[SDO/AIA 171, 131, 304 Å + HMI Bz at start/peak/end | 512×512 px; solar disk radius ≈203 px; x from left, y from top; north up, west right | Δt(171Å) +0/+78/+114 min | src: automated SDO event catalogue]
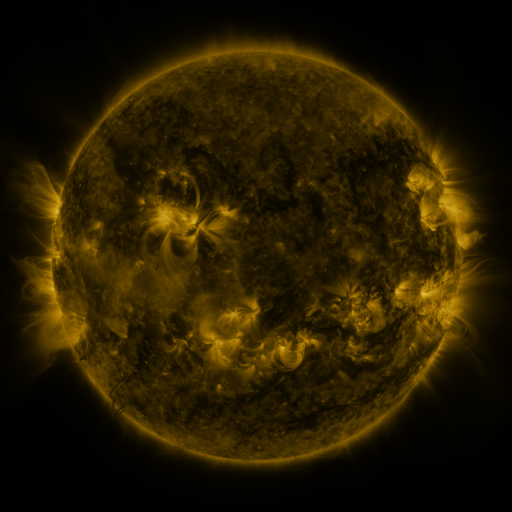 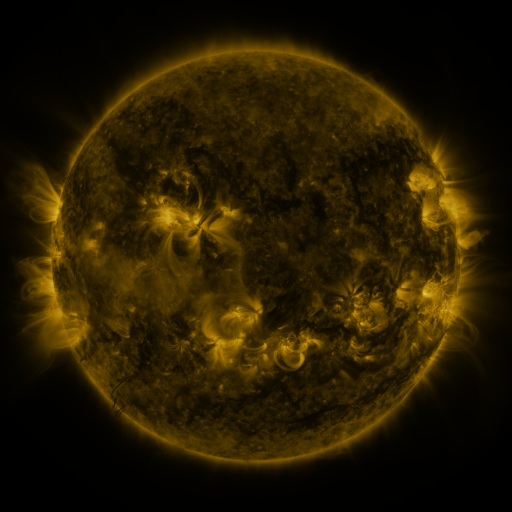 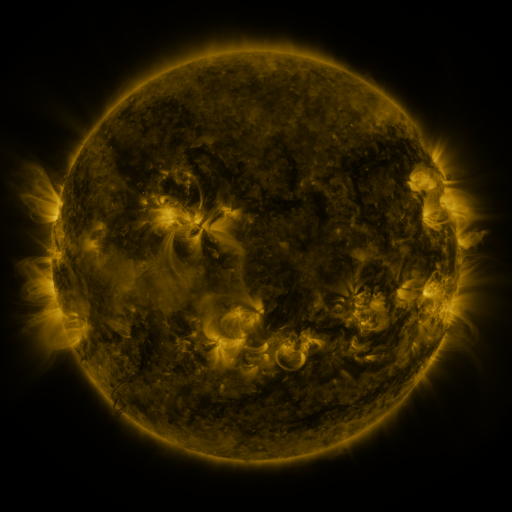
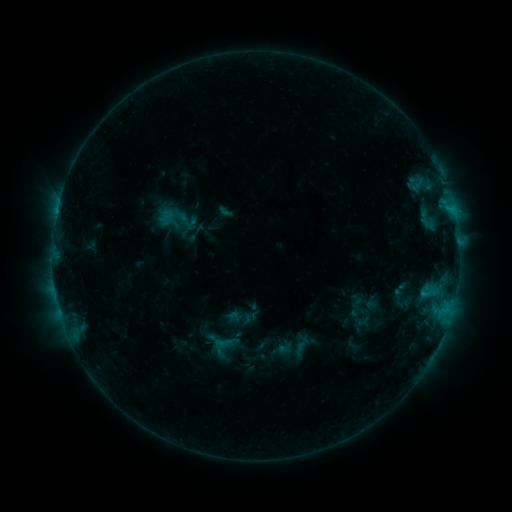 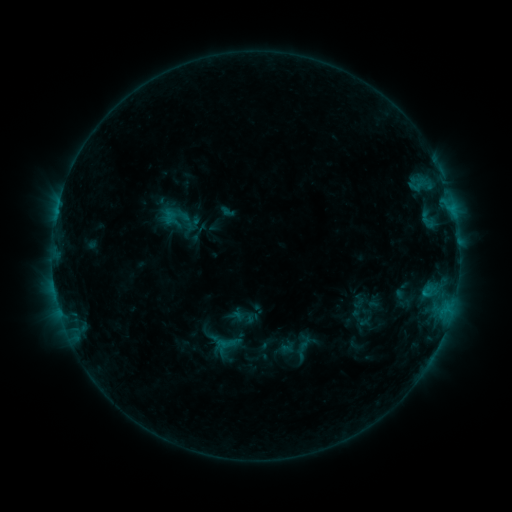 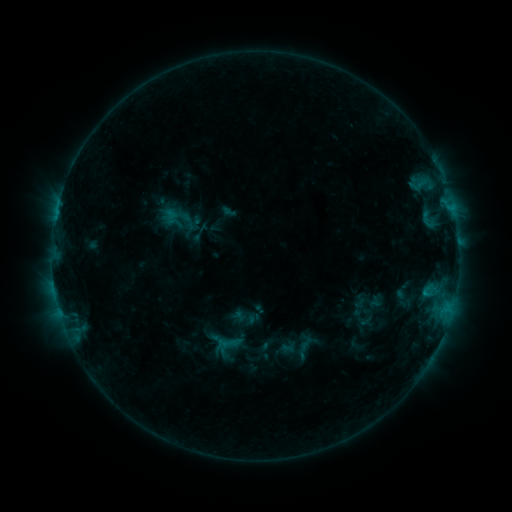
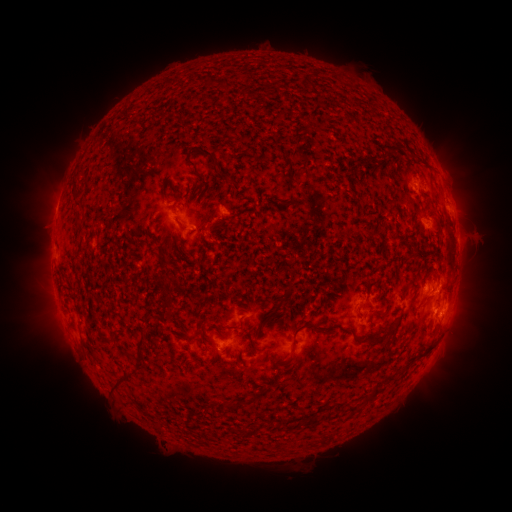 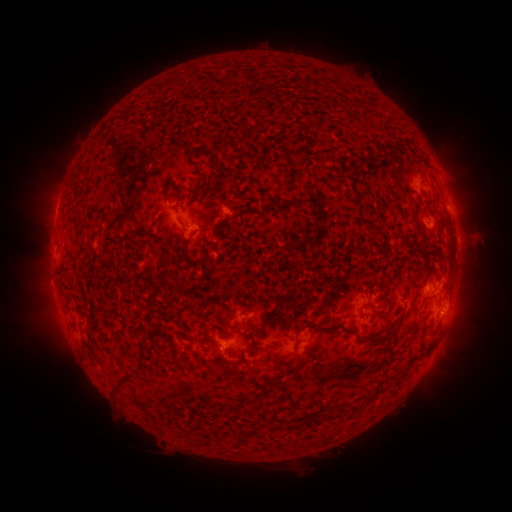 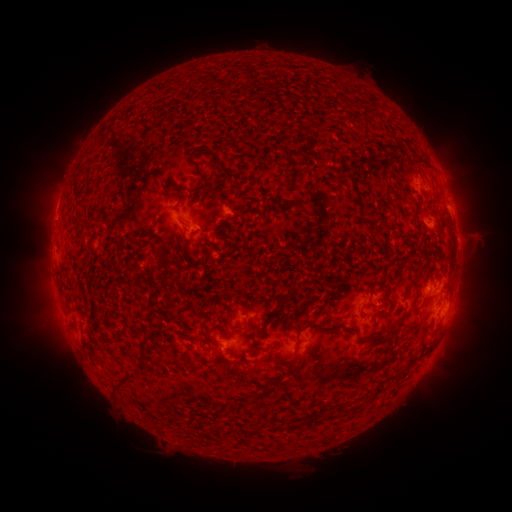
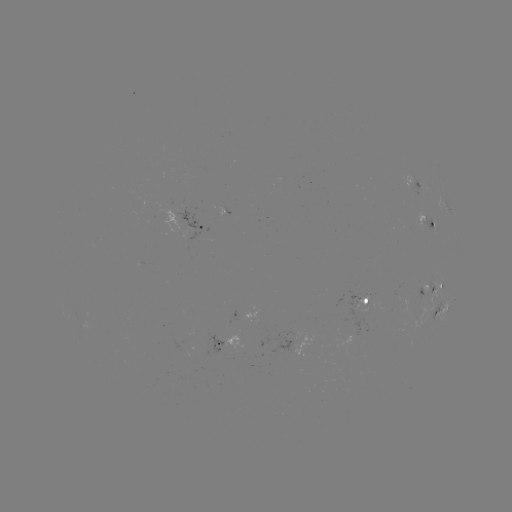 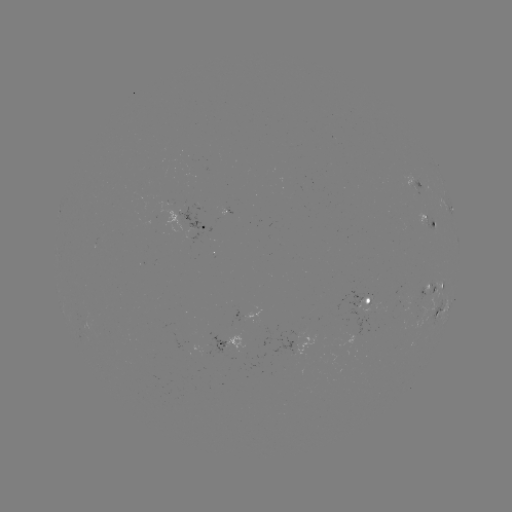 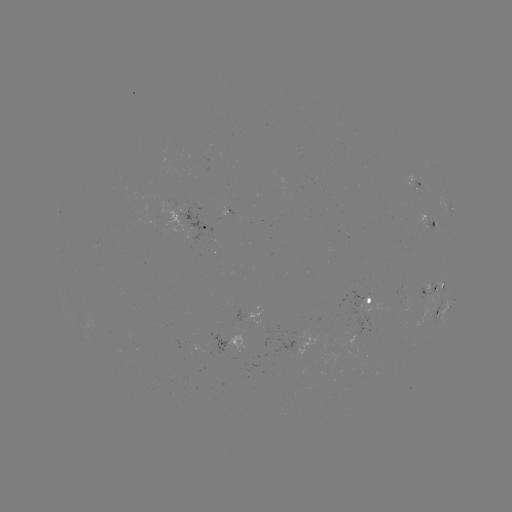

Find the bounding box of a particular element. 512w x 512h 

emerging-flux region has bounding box [190, 203, 202, 210].